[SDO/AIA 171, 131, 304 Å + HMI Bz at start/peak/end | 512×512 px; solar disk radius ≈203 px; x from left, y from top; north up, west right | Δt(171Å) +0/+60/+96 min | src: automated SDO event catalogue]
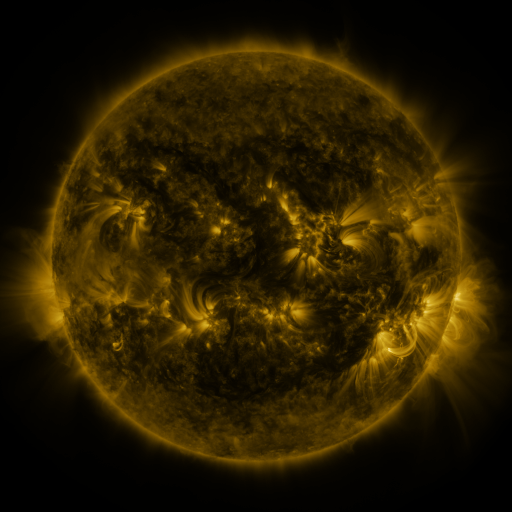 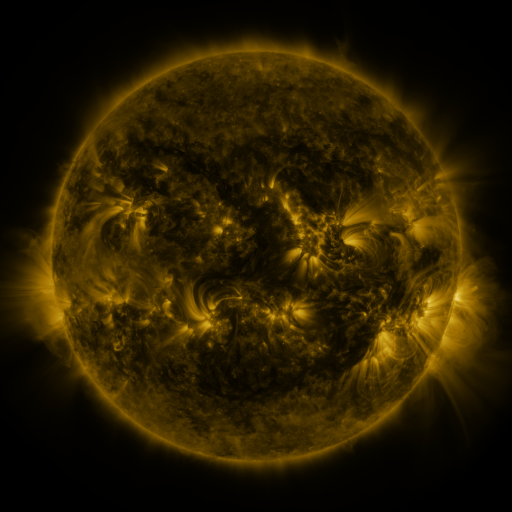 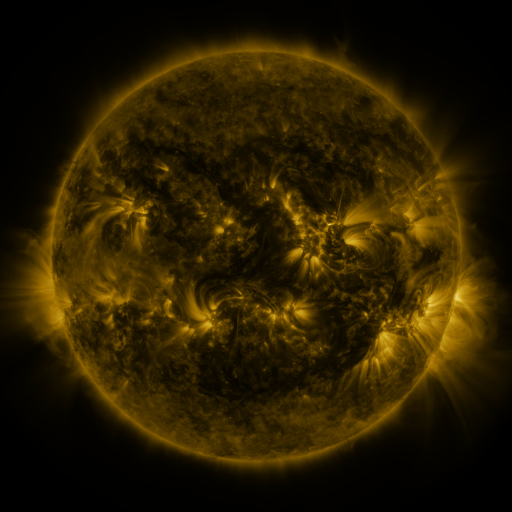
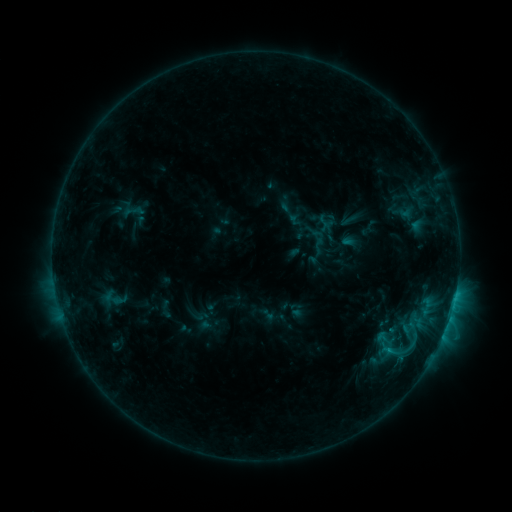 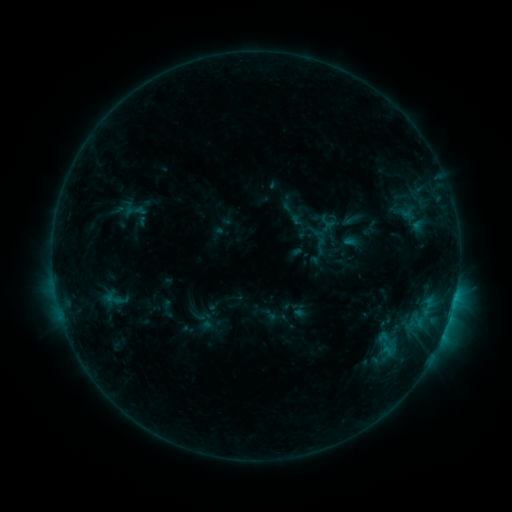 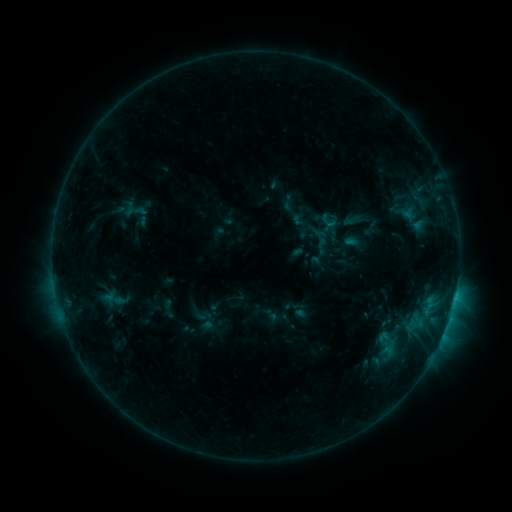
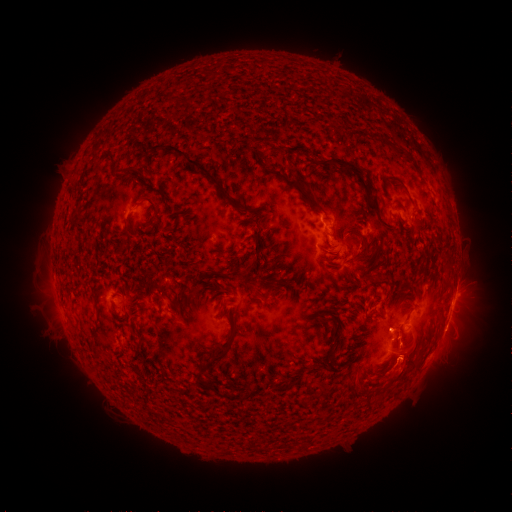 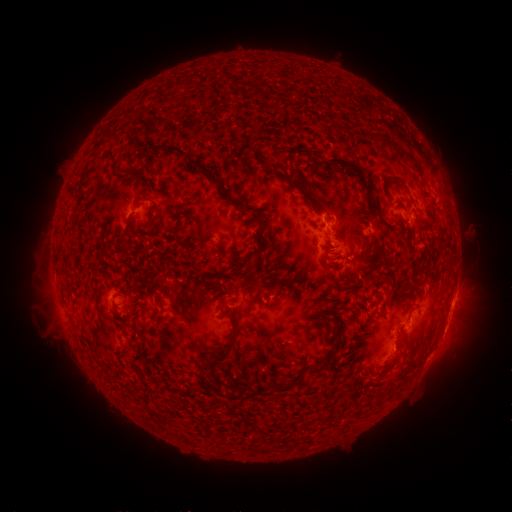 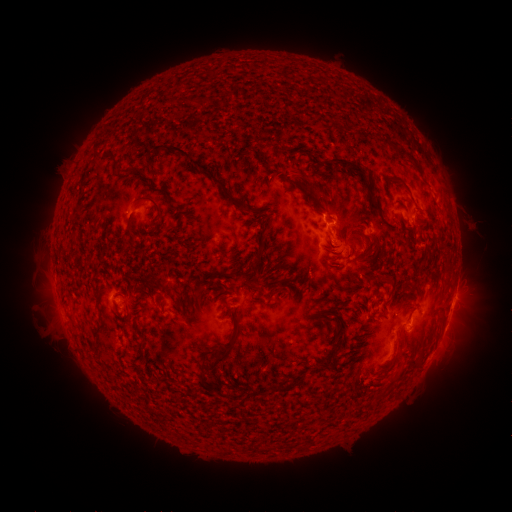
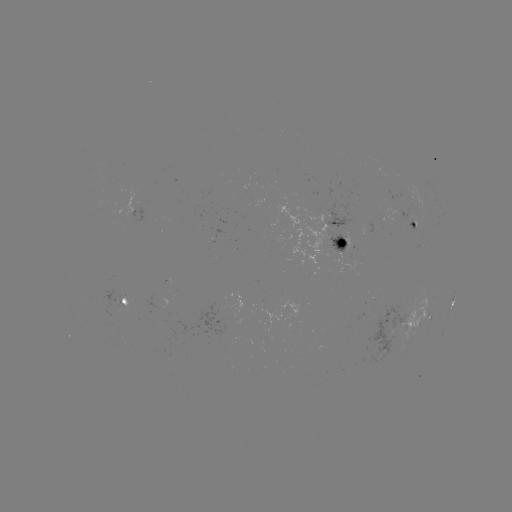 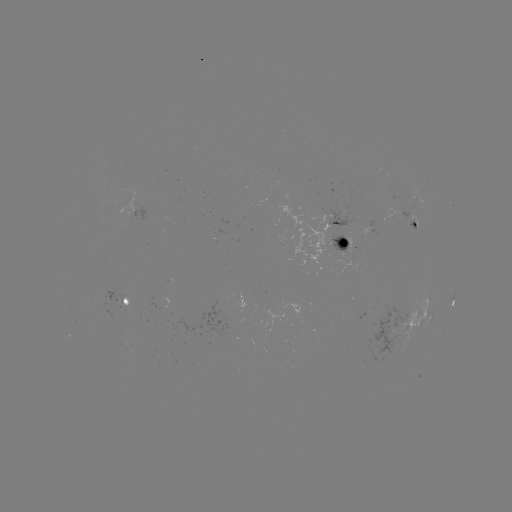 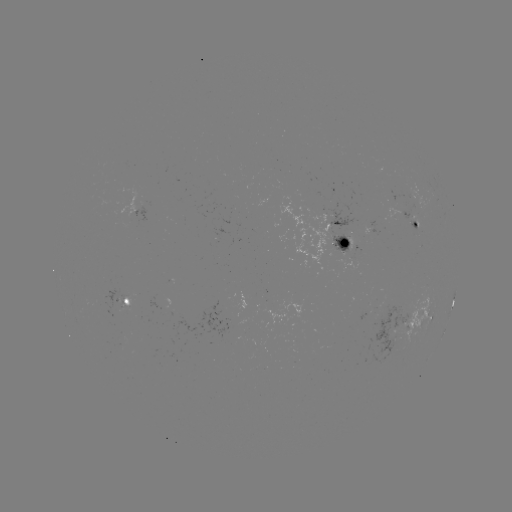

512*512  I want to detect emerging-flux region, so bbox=[114, 295, 126, 309].